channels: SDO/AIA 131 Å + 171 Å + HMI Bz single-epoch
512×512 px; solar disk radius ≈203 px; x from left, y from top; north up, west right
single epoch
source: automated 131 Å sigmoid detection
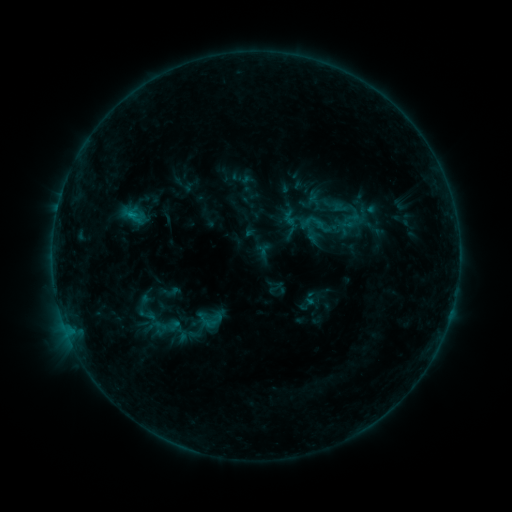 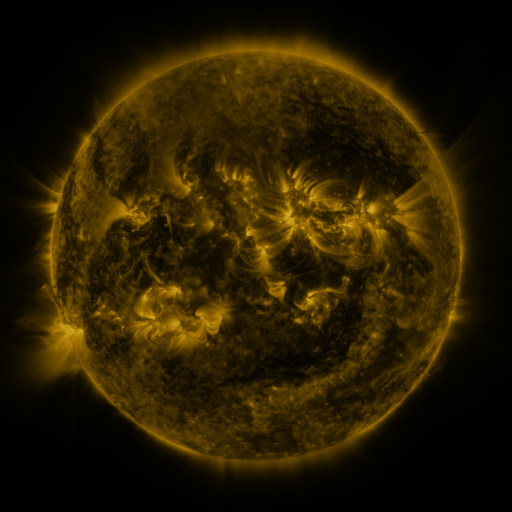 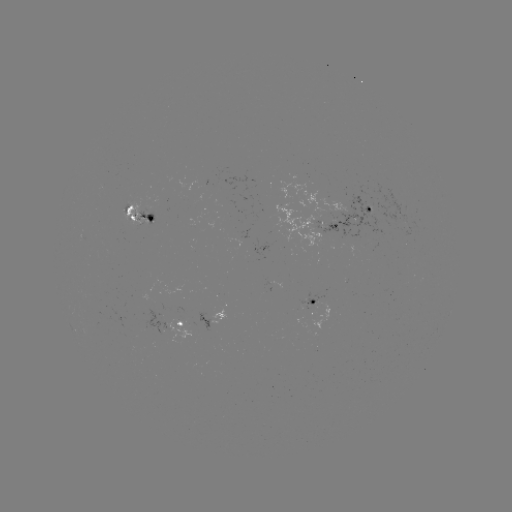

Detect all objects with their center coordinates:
sigmoid: (330, 221)
sigmoid: (315, 224)
